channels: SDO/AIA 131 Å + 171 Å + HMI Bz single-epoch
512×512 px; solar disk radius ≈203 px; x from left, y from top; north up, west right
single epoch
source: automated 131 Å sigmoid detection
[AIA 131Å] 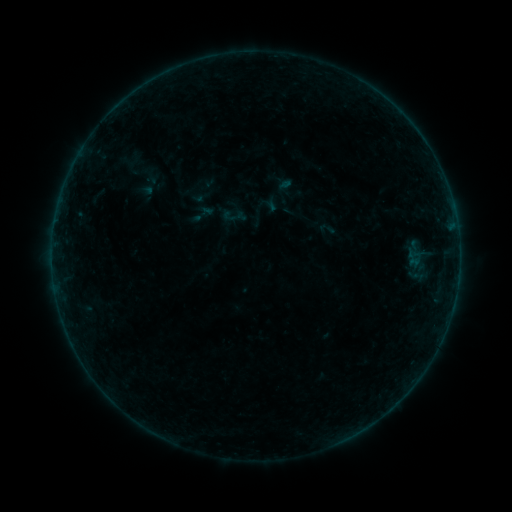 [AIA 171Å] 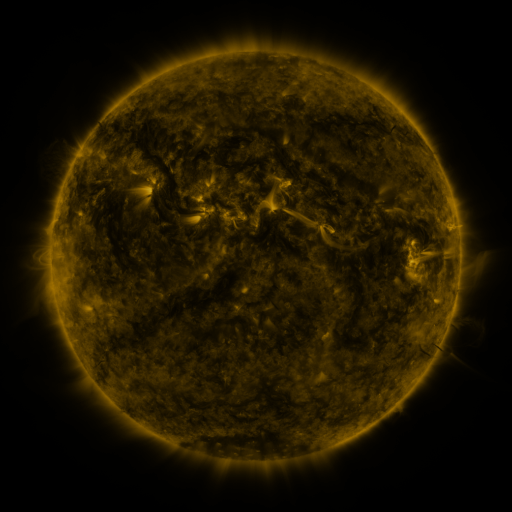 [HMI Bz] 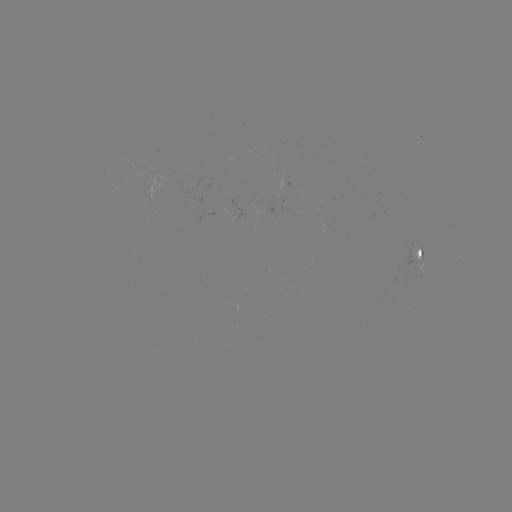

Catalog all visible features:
sigmoid: (201, 214)
sigmoid: (327, 229)
